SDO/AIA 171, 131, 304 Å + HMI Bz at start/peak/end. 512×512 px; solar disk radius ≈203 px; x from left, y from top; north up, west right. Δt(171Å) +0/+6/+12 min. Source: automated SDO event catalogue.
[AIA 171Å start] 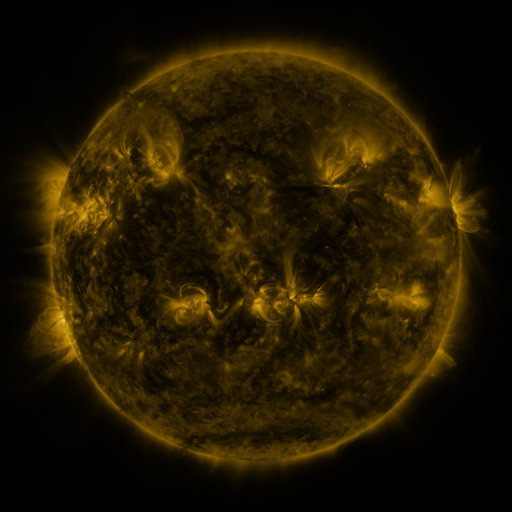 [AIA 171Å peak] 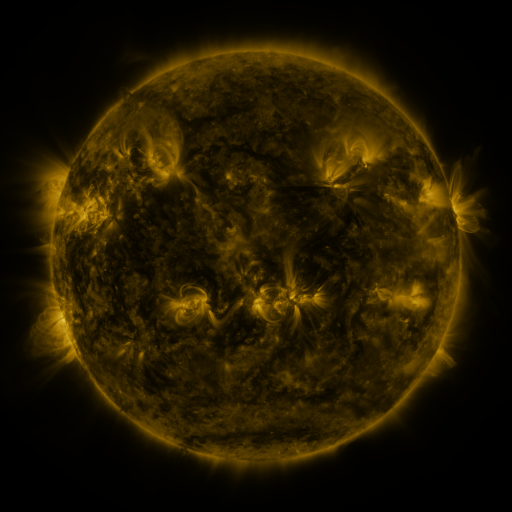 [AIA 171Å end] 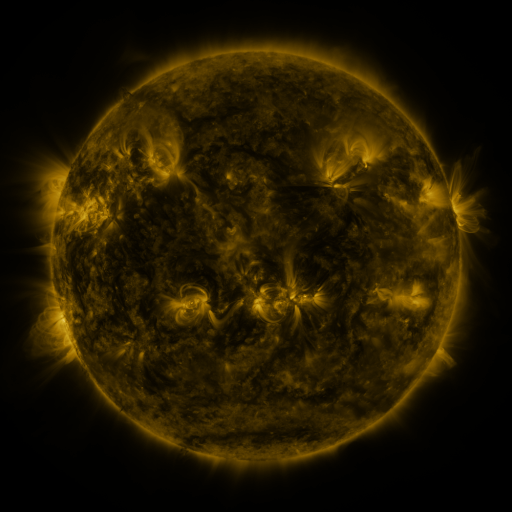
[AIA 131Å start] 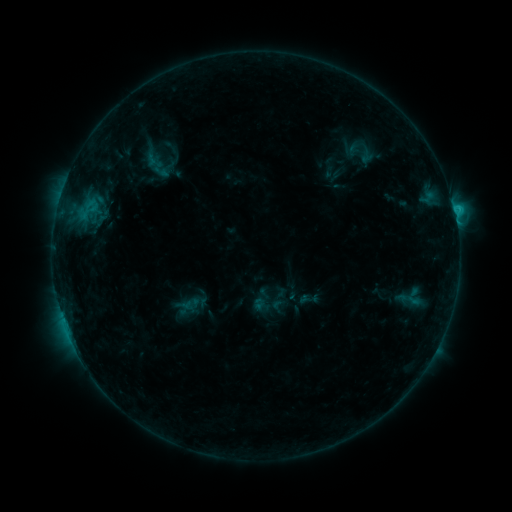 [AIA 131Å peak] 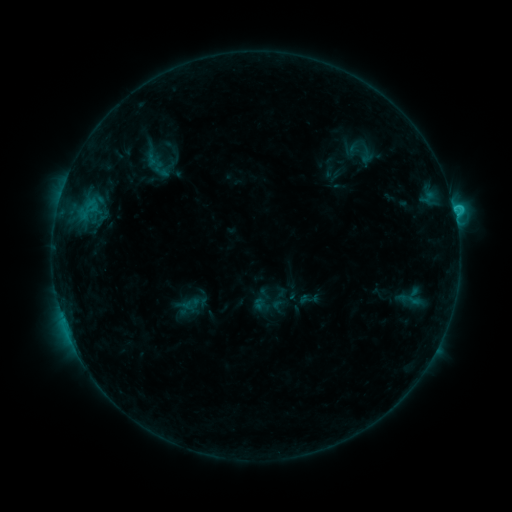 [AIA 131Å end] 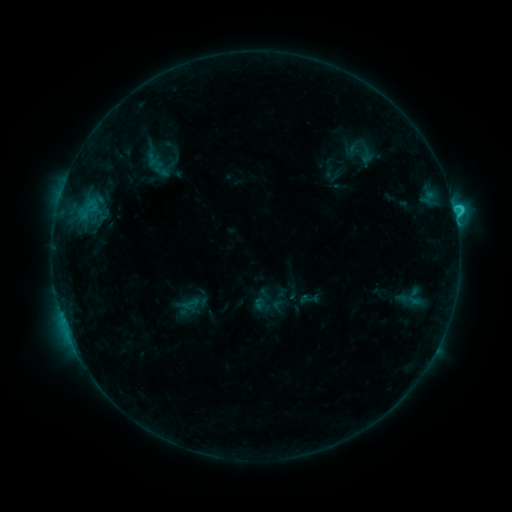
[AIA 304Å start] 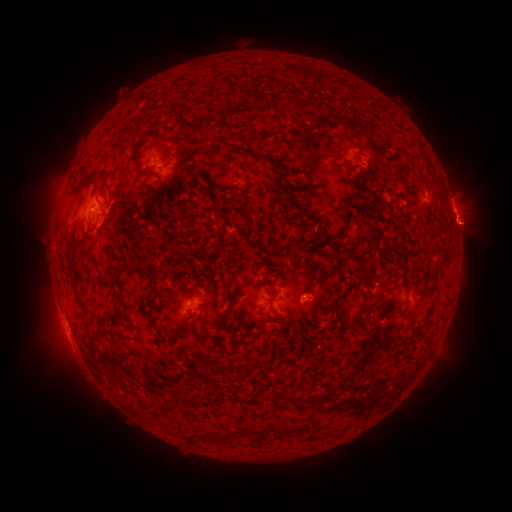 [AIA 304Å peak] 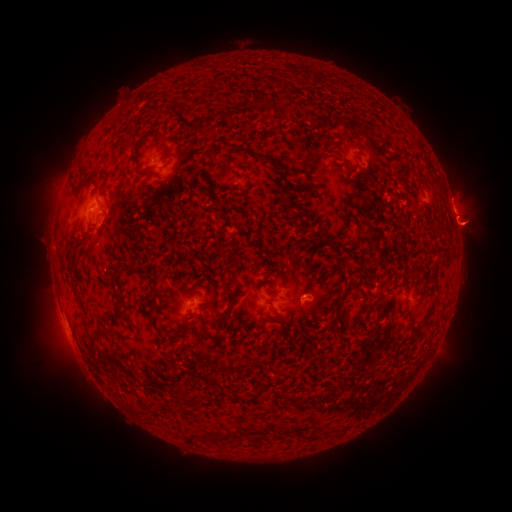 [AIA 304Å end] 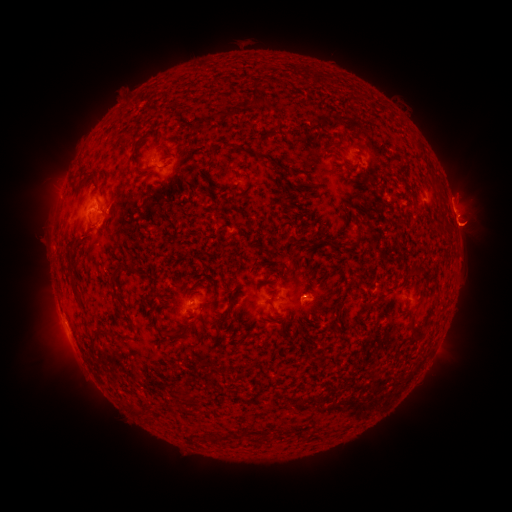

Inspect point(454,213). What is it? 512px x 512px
C2.4 flare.